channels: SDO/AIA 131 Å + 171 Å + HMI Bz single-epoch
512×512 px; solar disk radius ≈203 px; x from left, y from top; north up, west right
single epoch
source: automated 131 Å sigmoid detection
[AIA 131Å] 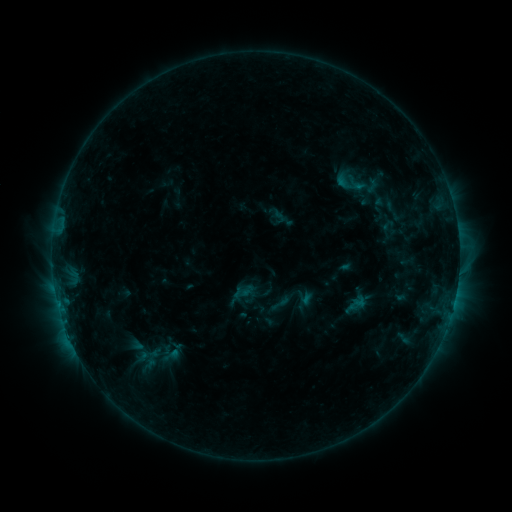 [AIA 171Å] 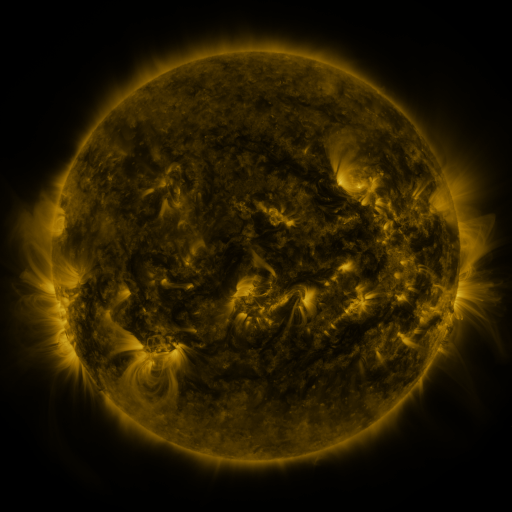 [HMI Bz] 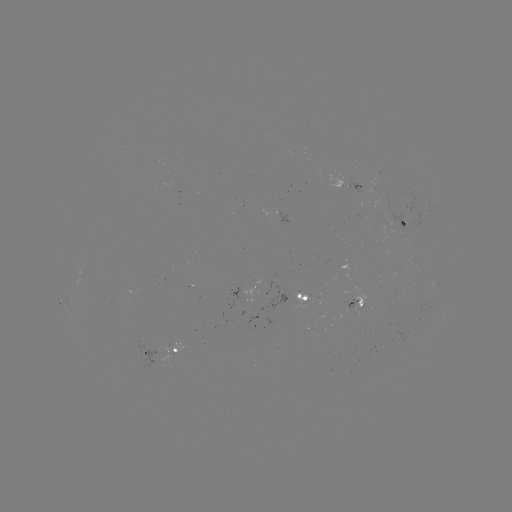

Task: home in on sigmoid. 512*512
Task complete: [280, 303].